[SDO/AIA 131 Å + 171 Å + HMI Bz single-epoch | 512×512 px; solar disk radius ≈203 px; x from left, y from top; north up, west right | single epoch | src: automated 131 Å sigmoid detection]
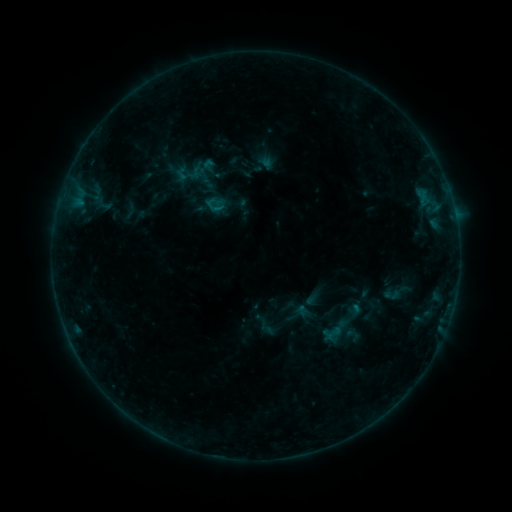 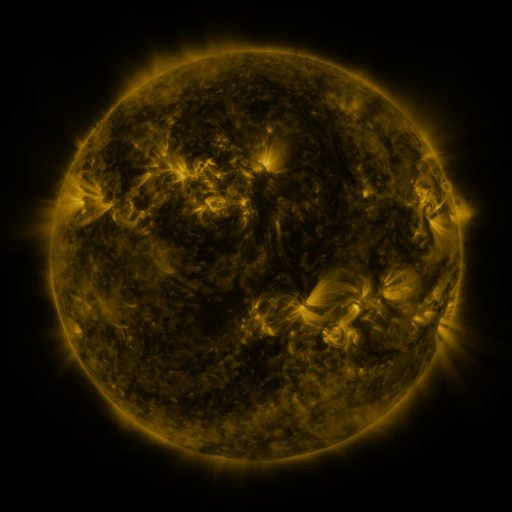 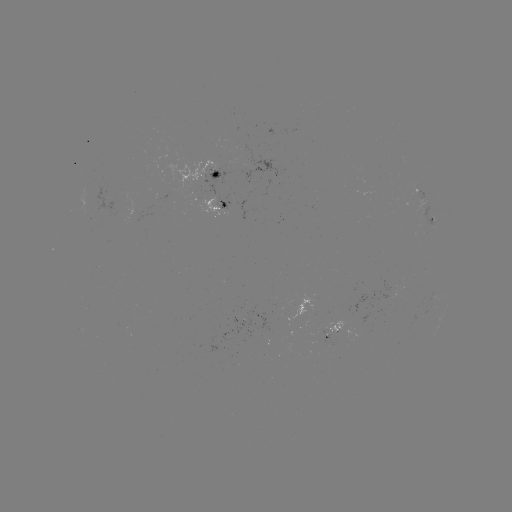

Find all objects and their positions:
sigmoid: (334, 333)
